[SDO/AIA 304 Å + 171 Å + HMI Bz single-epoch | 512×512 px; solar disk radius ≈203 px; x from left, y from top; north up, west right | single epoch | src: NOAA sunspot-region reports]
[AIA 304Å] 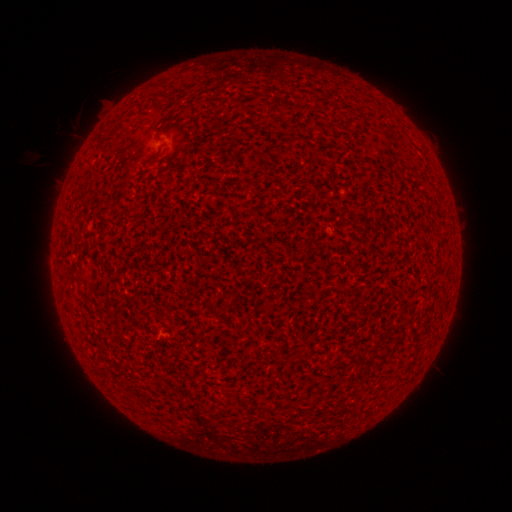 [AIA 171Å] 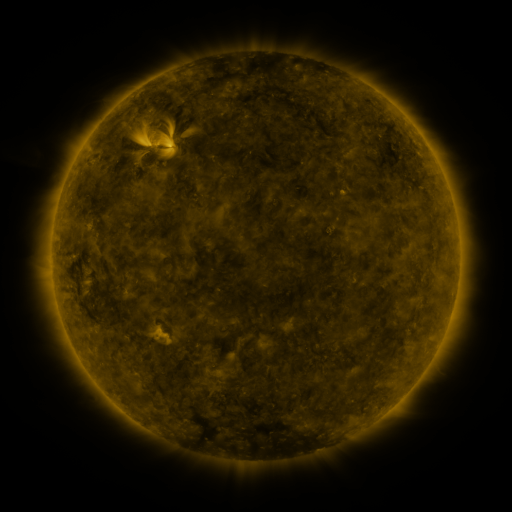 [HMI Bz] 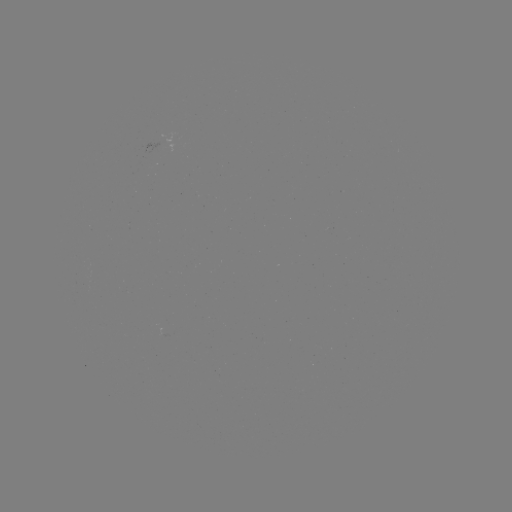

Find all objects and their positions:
(none)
